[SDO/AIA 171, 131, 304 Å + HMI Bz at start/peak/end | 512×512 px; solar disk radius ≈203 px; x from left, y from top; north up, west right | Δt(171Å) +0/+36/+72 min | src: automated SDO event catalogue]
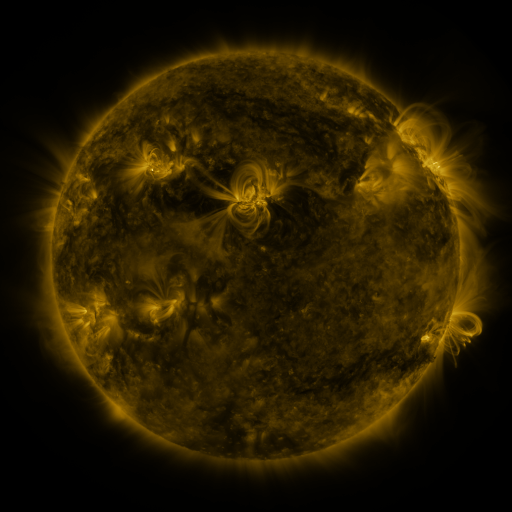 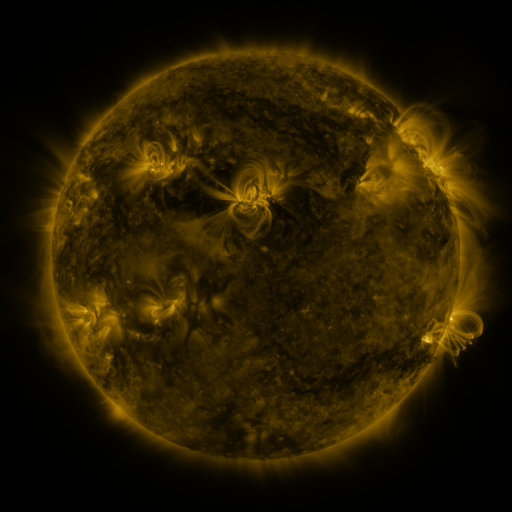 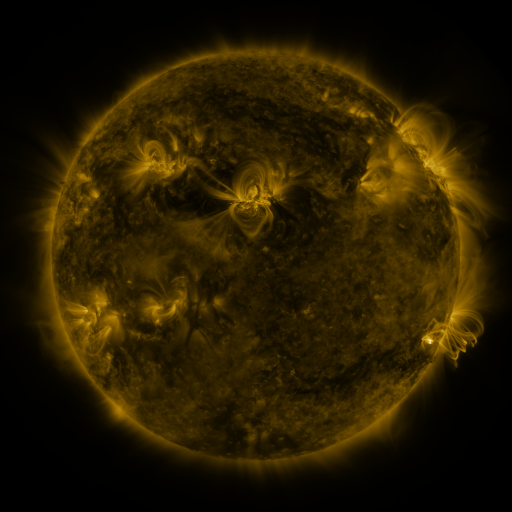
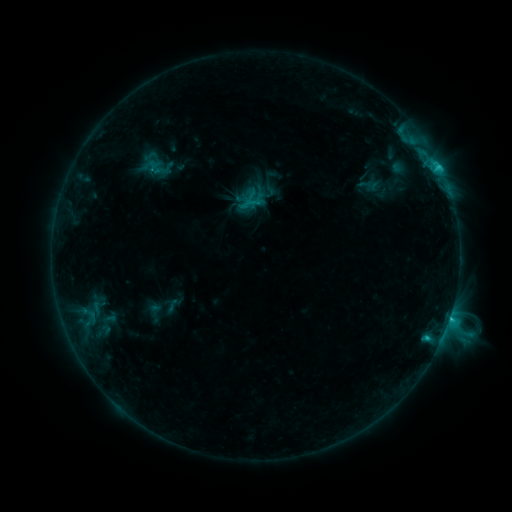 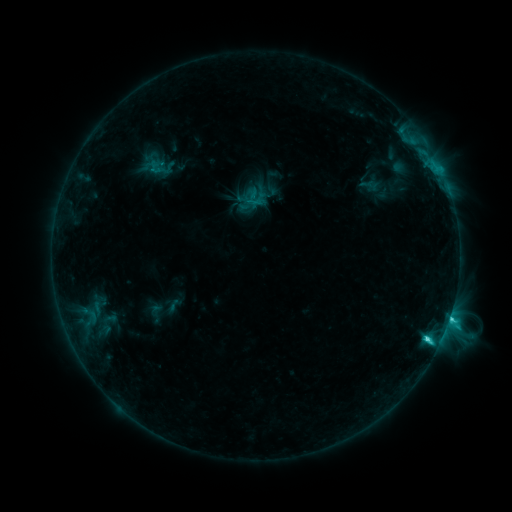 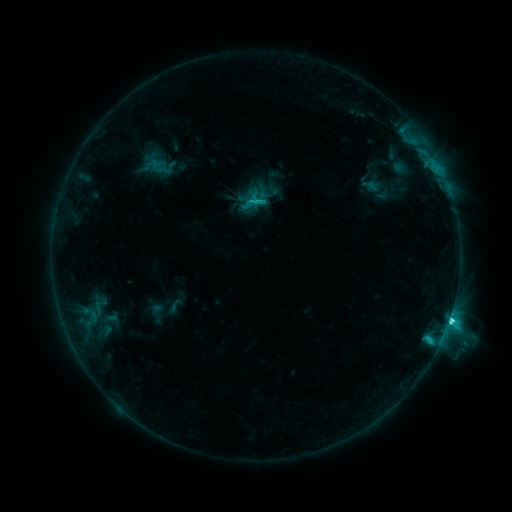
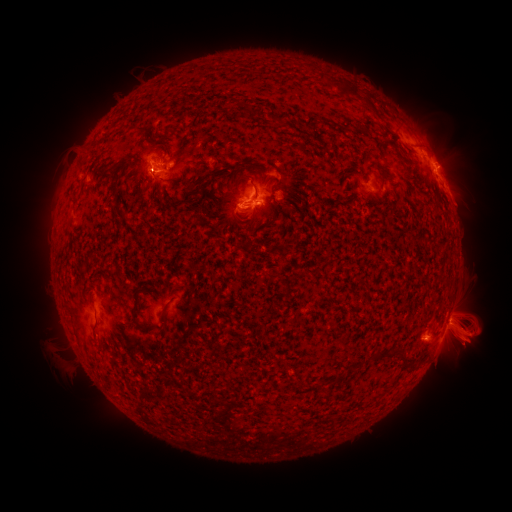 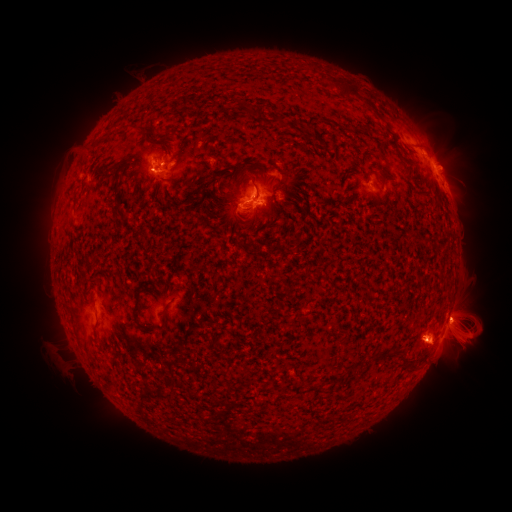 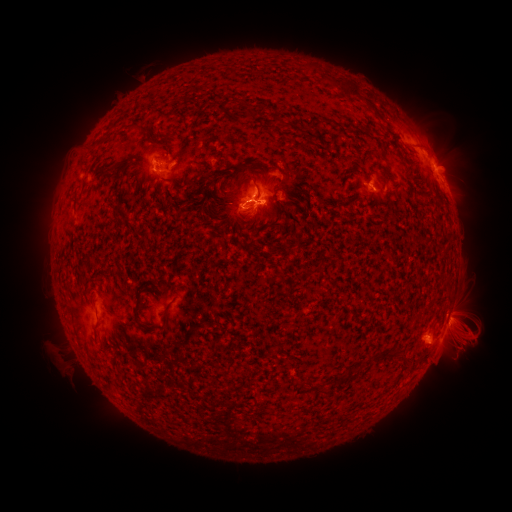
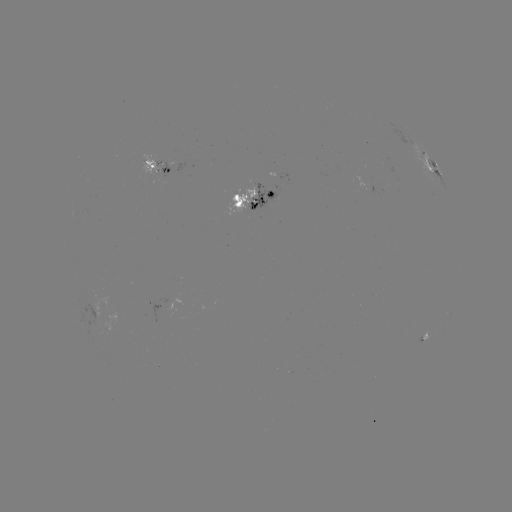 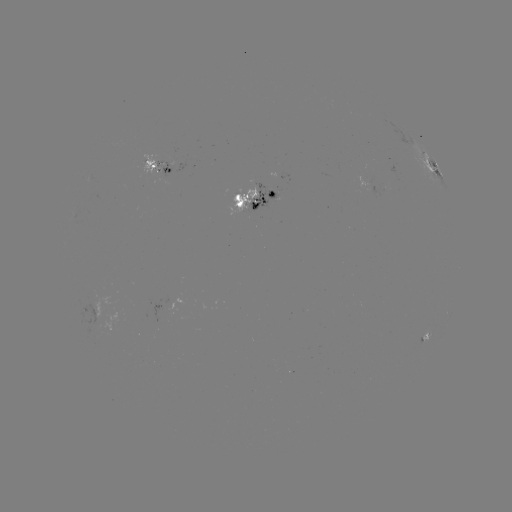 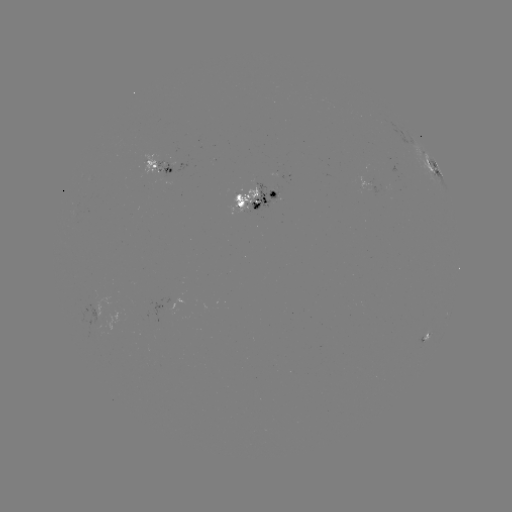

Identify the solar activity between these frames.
emerging-flux region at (154, 167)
